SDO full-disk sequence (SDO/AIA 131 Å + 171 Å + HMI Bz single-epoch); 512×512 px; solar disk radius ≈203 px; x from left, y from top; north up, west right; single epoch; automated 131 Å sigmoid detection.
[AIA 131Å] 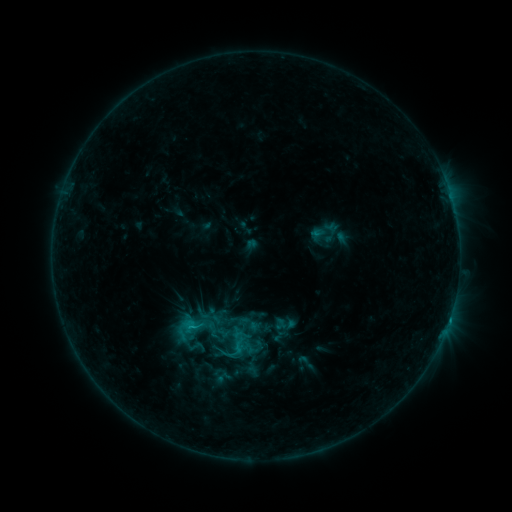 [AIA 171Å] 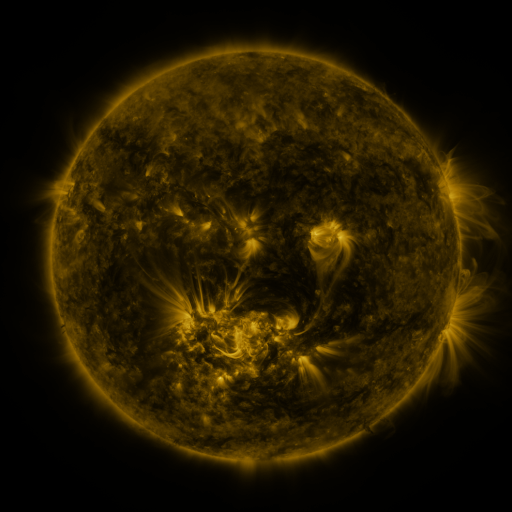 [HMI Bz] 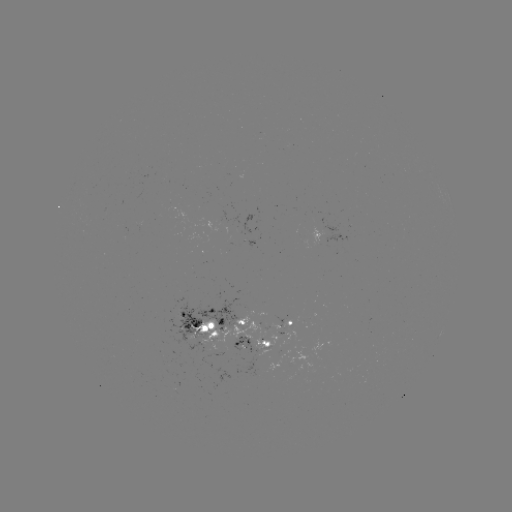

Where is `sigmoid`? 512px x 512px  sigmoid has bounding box [296, 352, 315, 372].